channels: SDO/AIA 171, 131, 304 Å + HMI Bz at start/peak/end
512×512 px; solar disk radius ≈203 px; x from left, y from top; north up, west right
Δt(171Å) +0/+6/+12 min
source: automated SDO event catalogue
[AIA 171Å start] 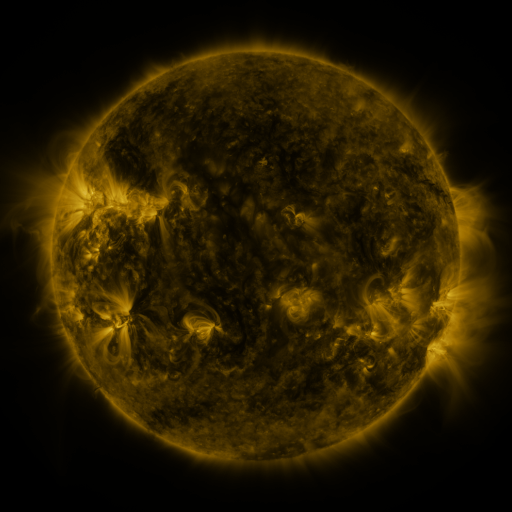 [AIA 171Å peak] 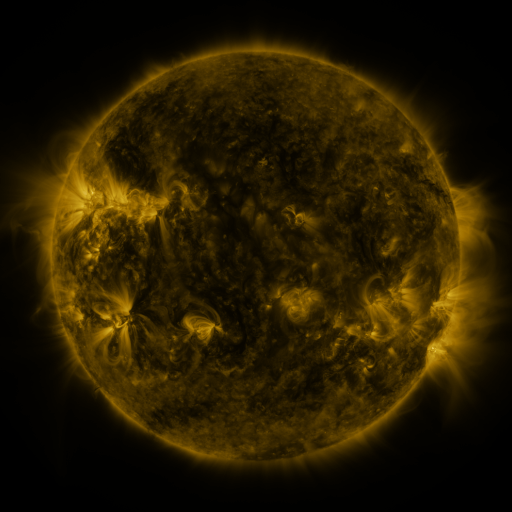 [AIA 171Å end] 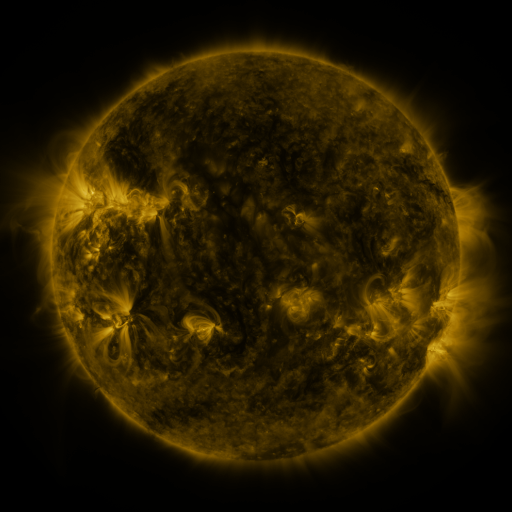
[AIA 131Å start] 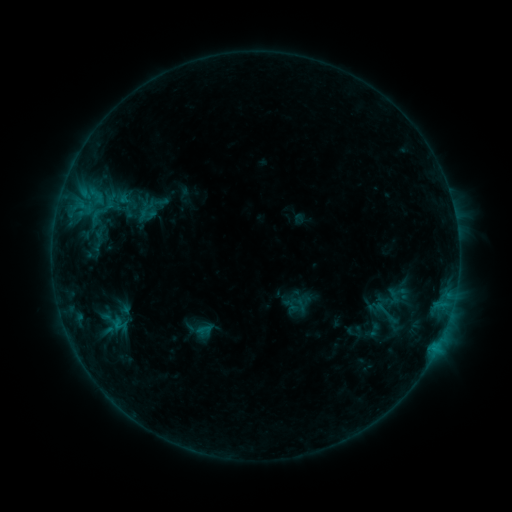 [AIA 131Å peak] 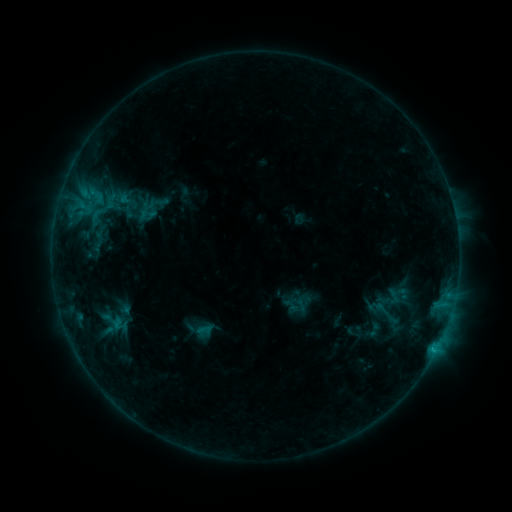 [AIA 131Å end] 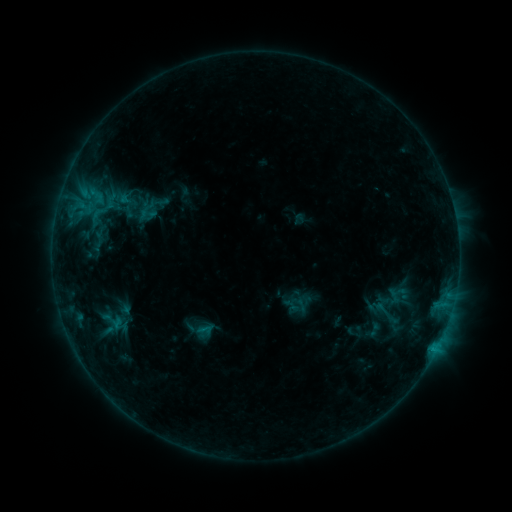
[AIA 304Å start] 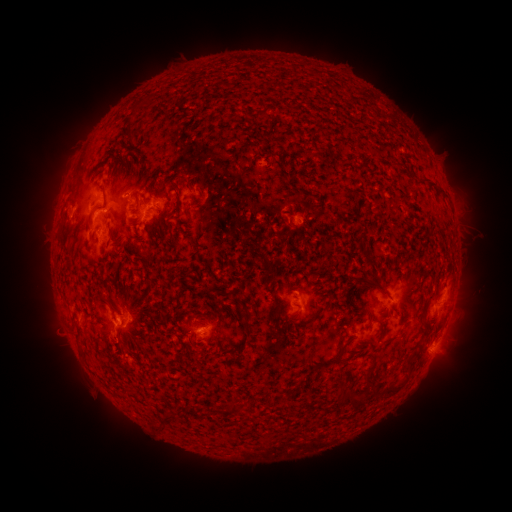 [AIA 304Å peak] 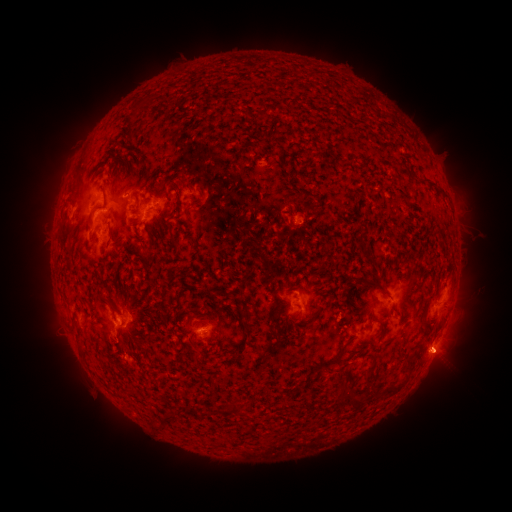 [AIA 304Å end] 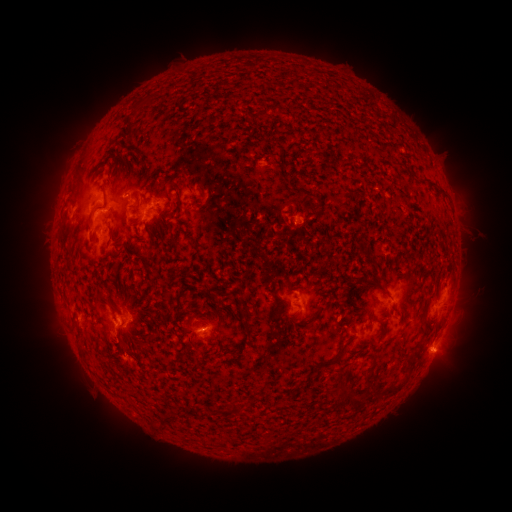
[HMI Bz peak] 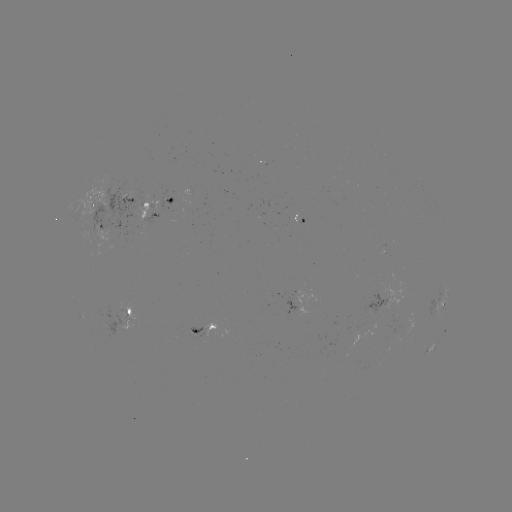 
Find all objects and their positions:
eruption: (442, 359)
